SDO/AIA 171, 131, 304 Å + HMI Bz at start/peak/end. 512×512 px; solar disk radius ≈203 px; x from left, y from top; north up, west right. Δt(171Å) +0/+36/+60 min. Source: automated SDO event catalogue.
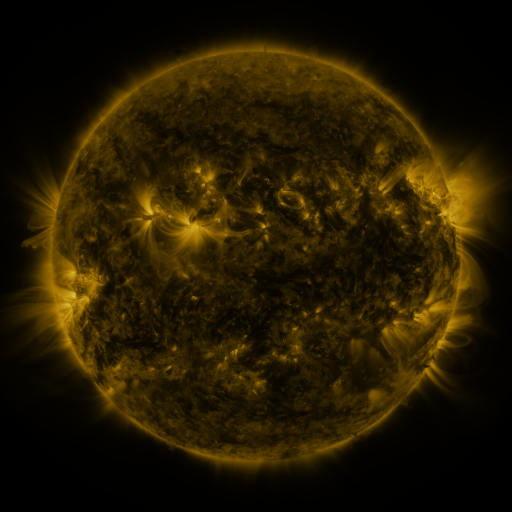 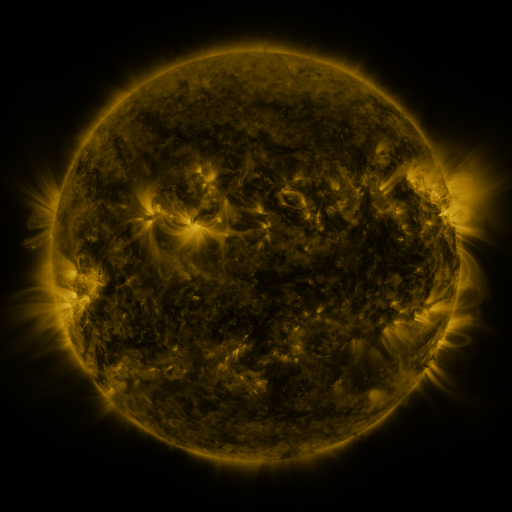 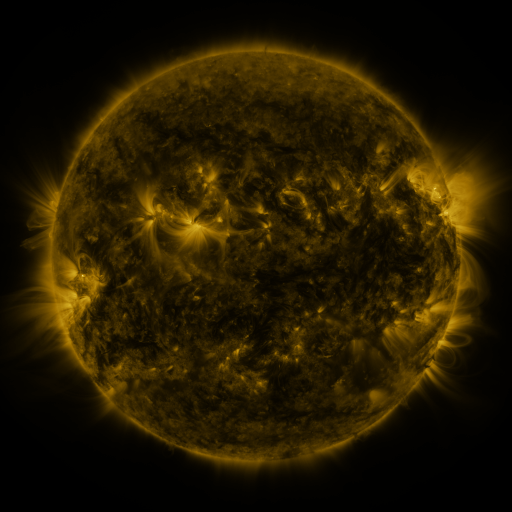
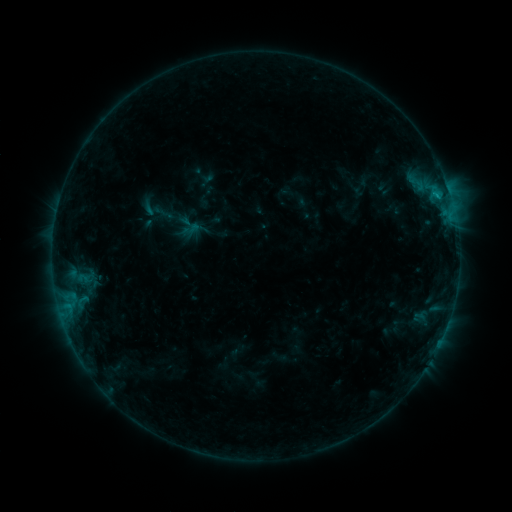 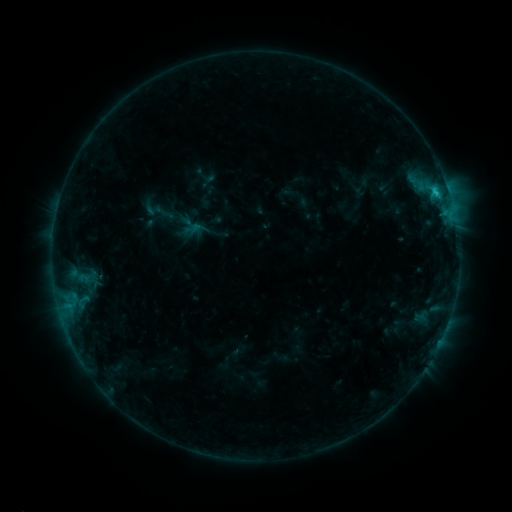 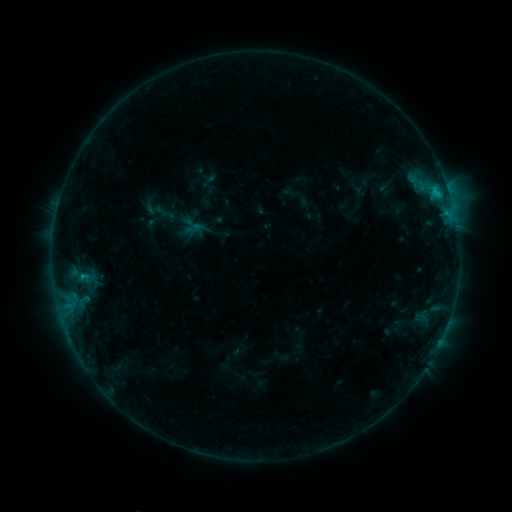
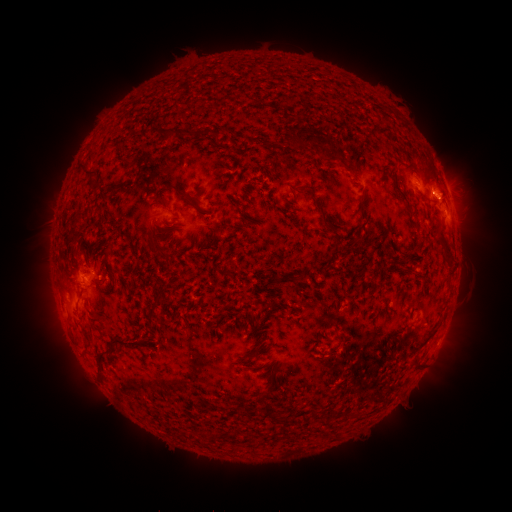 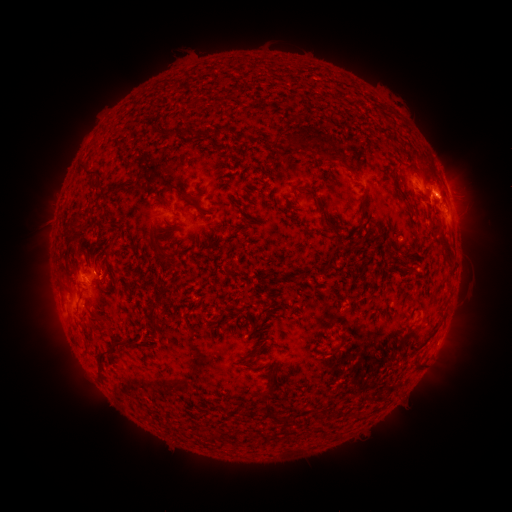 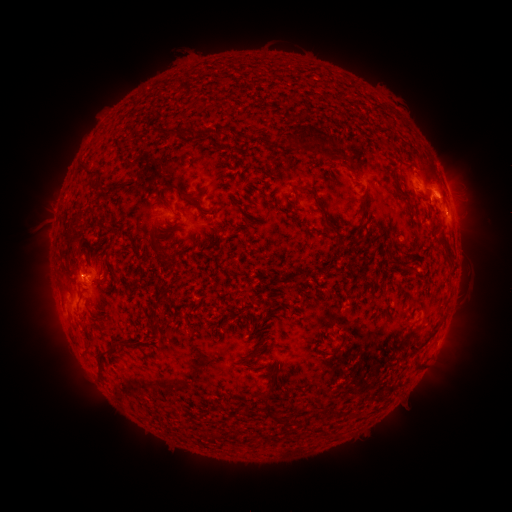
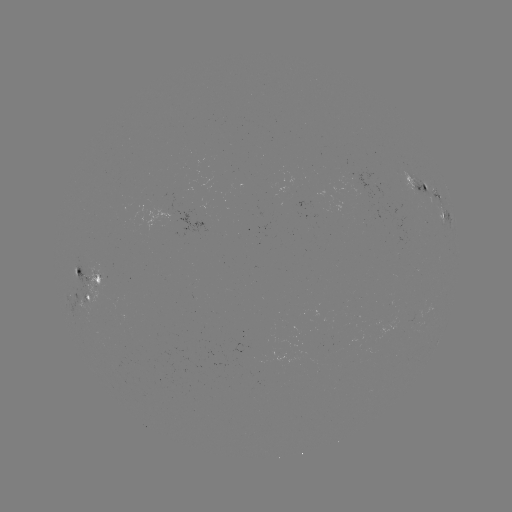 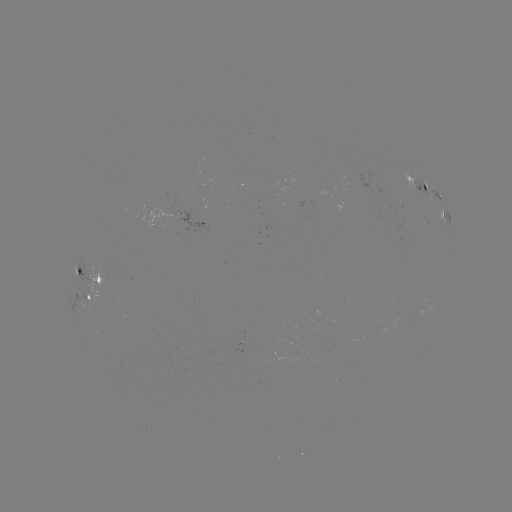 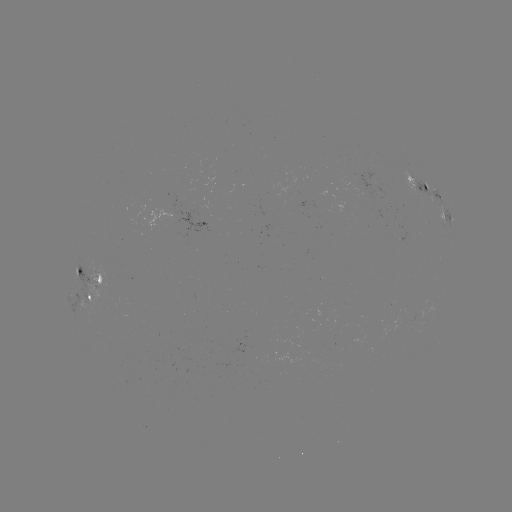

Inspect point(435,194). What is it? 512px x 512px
C1.1 flare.